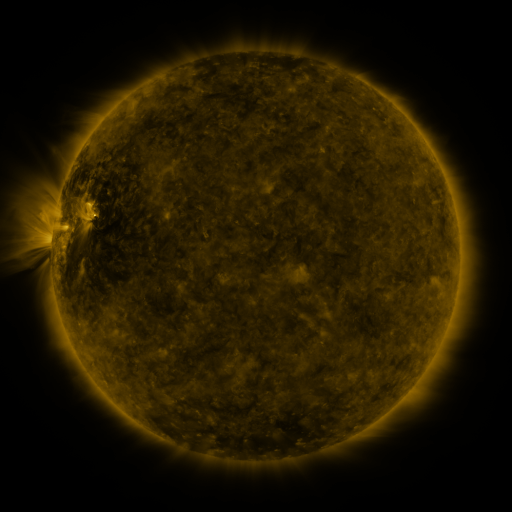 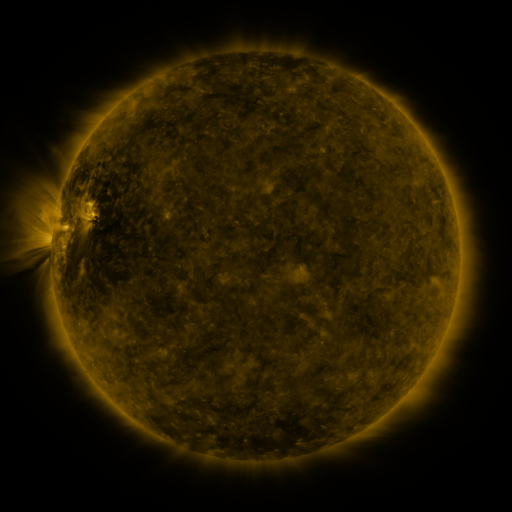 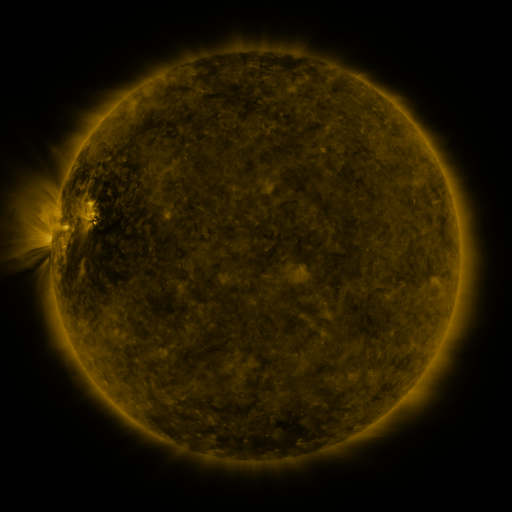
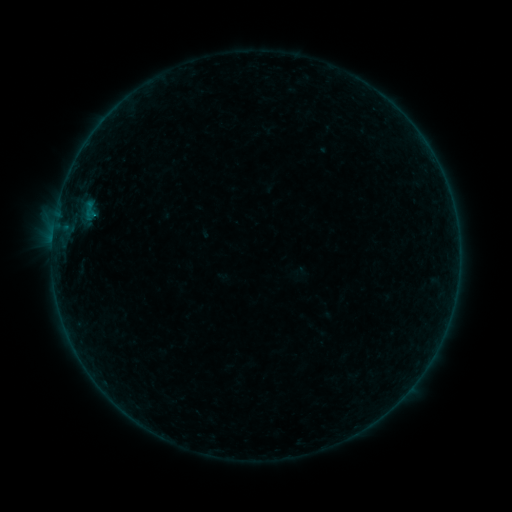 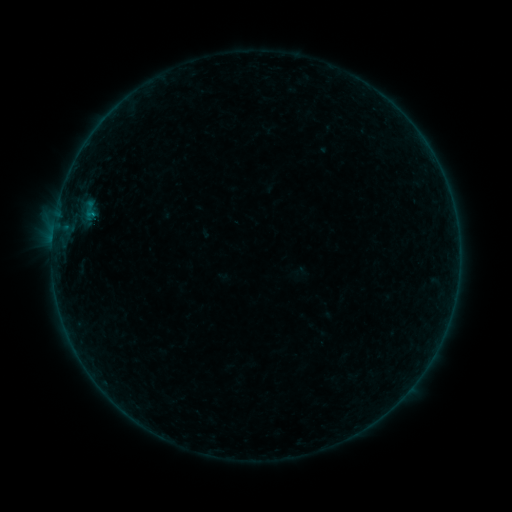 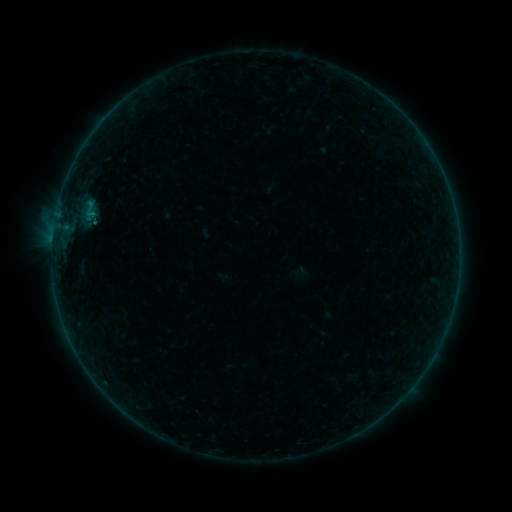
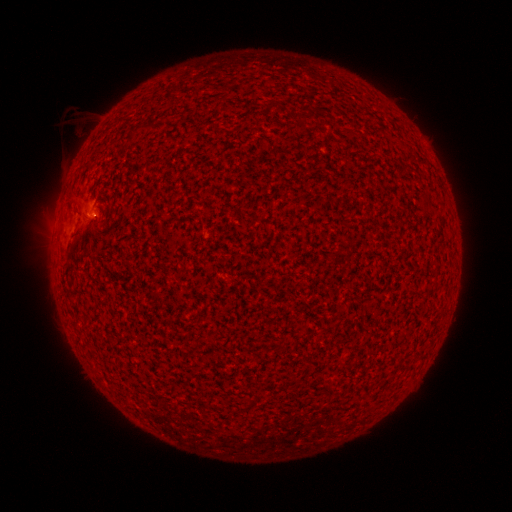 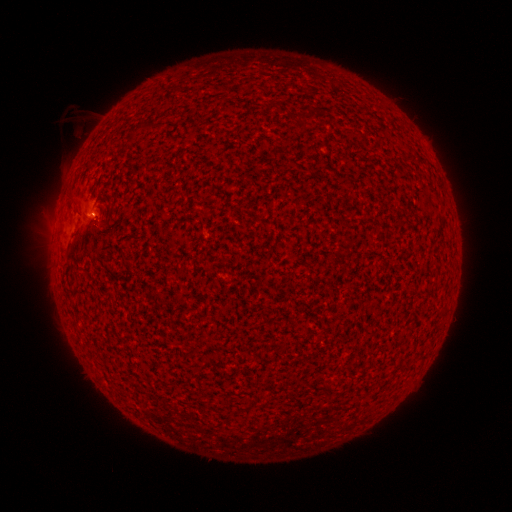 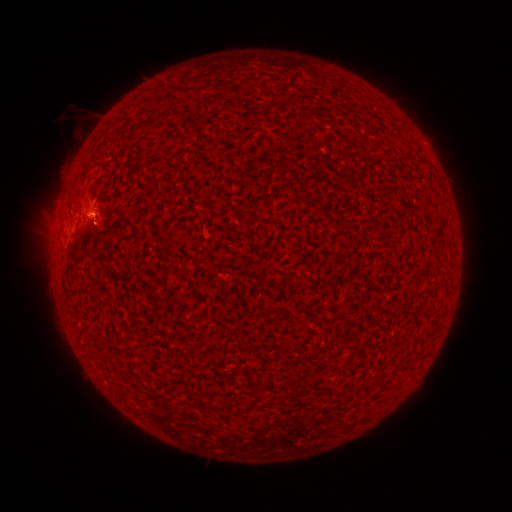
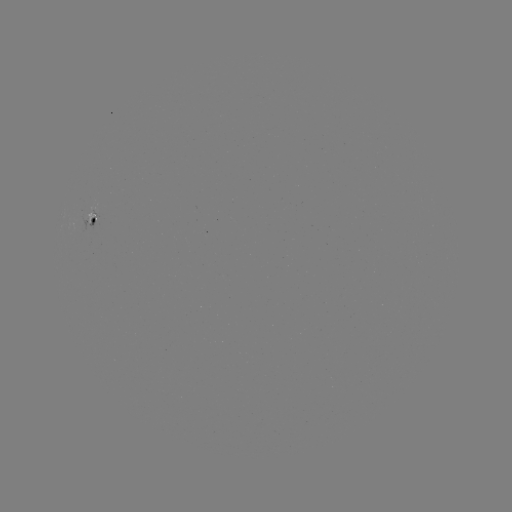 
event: flare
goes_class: B2.6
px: (91, 216)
